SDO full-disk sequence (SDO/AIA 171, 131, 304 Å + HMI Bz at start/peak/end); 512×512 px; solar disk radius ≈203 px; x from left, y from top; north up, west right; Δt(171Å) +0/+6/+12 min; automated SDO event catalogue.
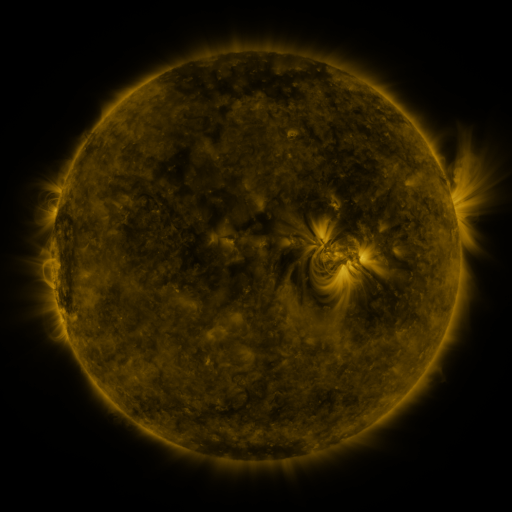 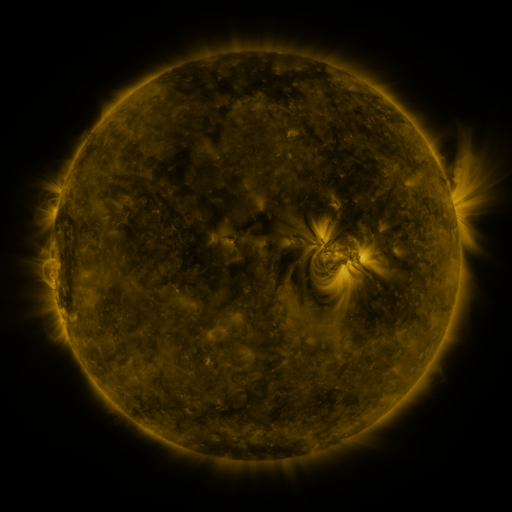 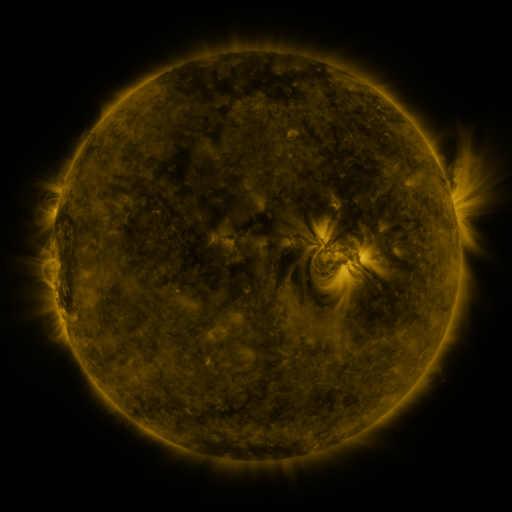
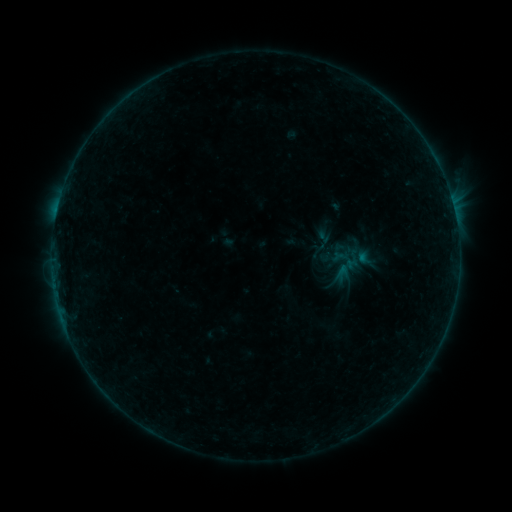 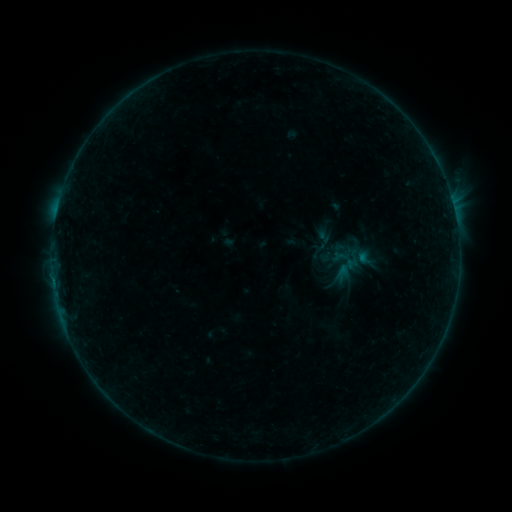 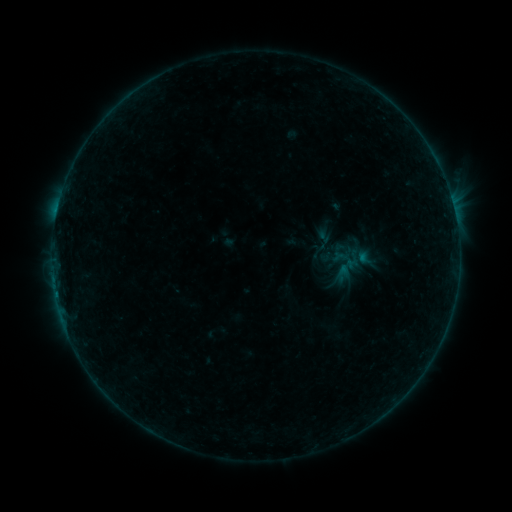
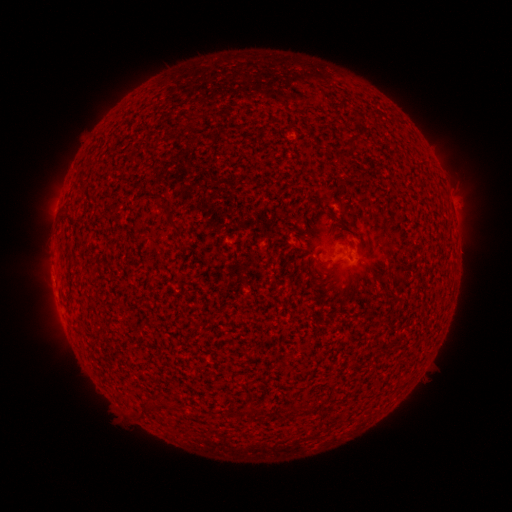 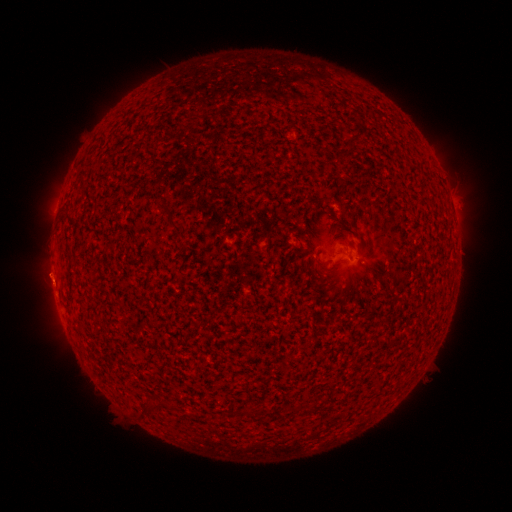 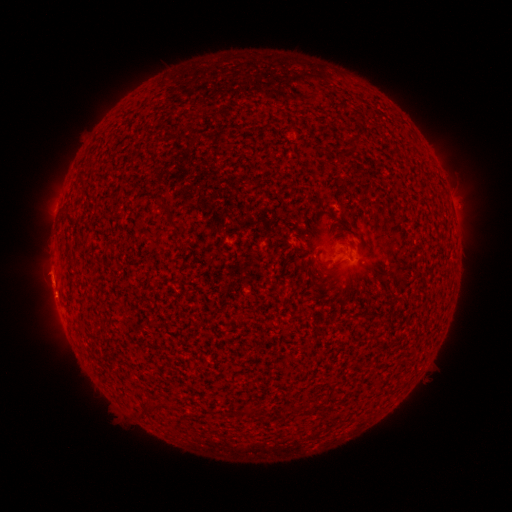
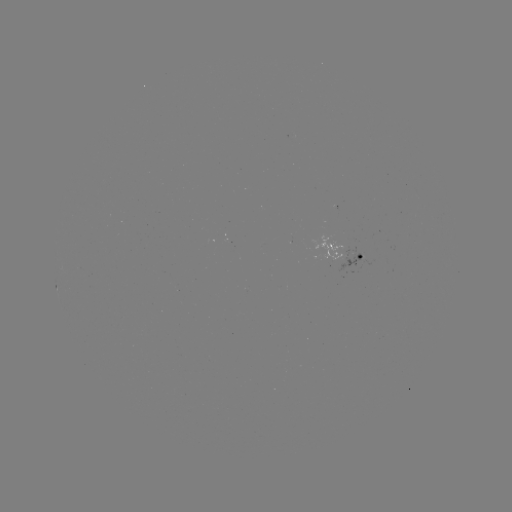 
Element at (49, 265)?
eruption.